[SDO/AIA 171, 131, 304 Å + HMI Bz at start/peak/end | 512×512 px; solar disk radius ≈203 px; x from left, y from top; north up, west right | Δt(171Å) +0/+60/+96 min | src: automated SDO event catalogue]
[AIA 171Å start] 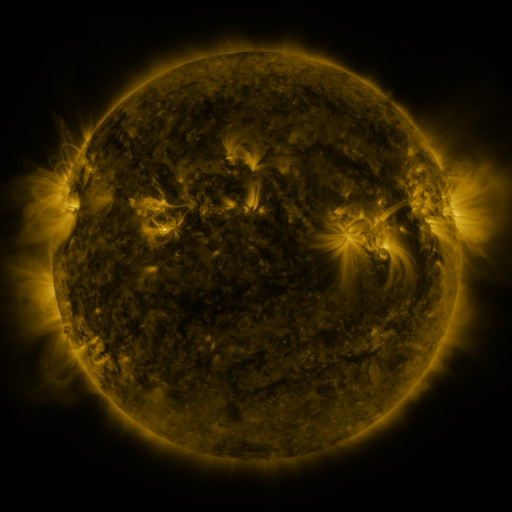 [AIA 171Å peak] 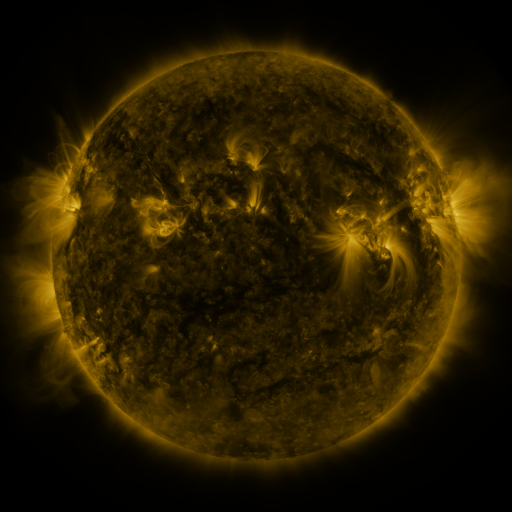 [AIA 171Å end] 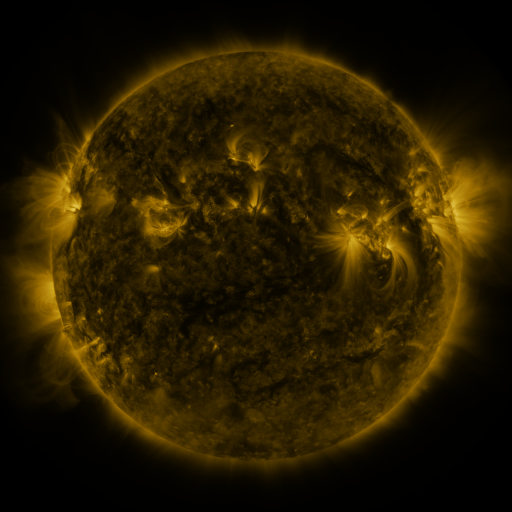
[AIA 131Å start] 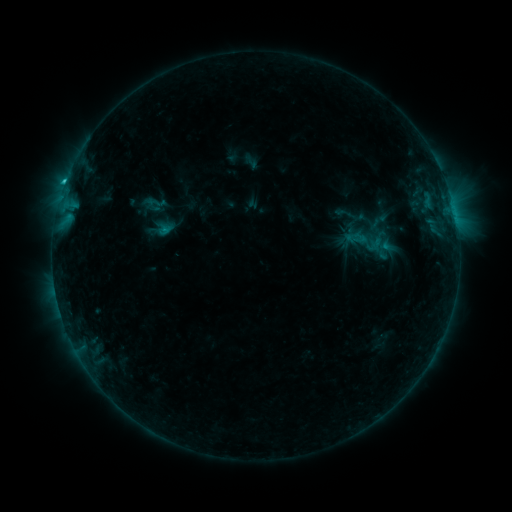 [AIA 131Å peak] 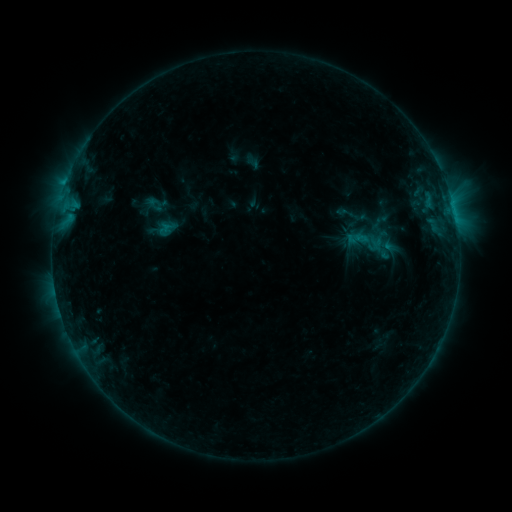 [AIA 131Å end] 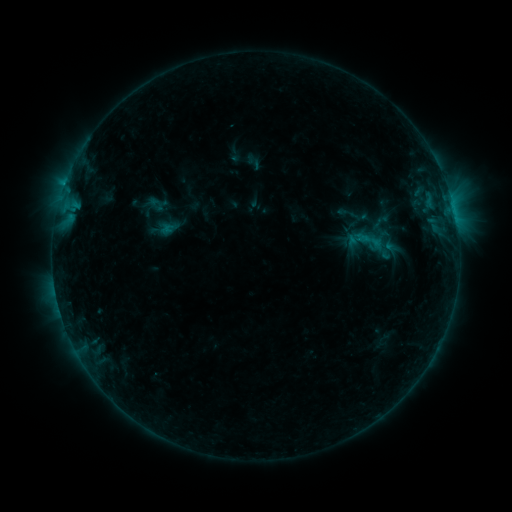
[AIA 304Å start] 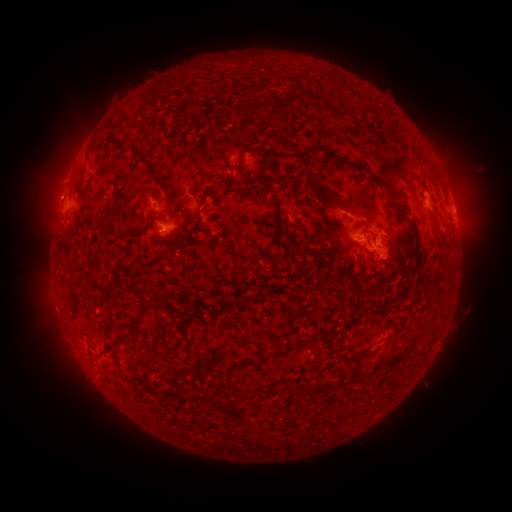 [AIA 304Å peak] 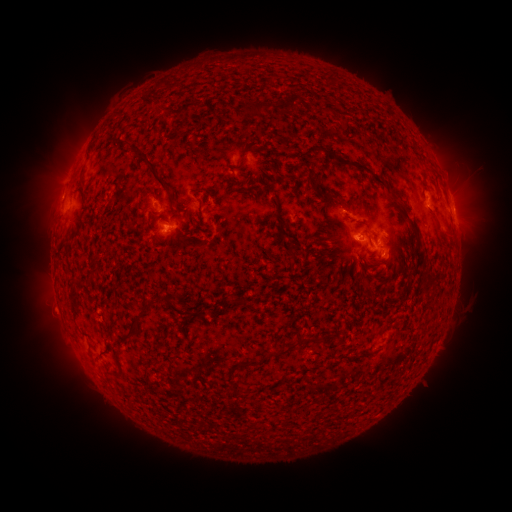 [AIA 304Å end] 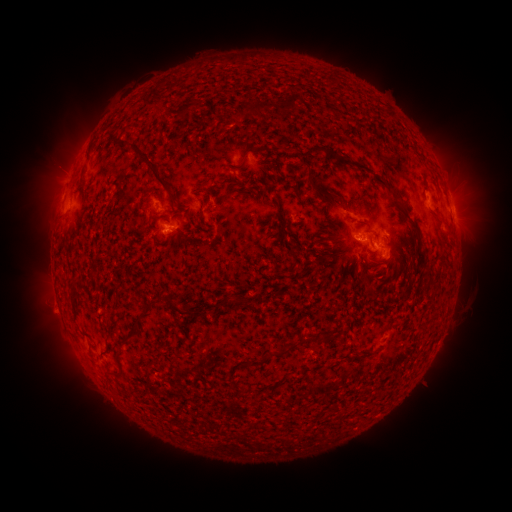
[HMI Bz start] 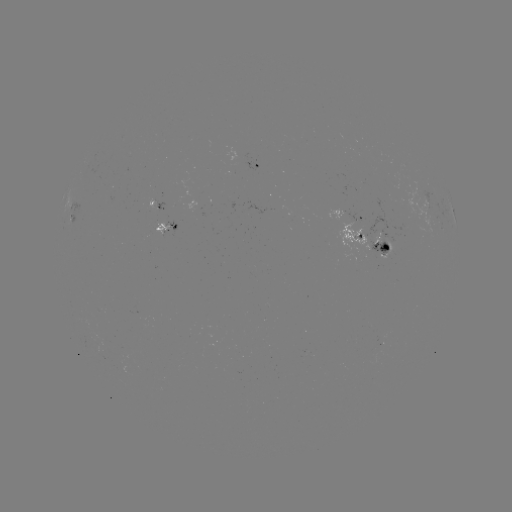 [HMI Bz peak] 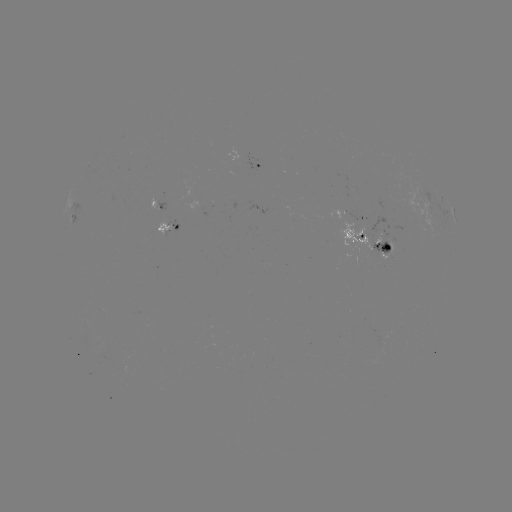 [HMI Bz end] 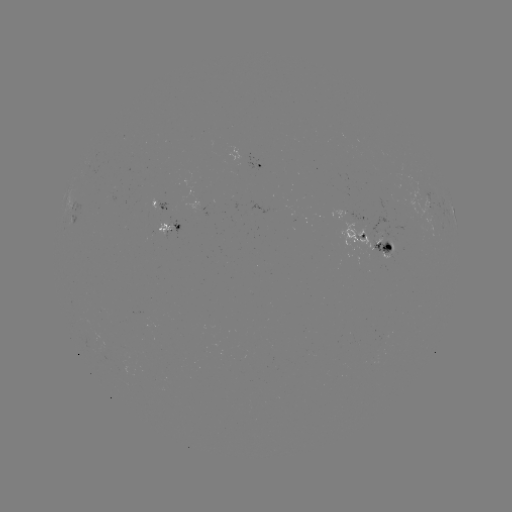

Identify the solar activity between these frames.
emerging-flux region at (124, 351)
